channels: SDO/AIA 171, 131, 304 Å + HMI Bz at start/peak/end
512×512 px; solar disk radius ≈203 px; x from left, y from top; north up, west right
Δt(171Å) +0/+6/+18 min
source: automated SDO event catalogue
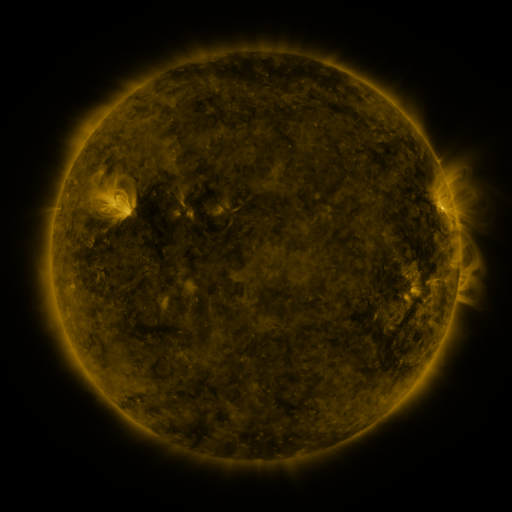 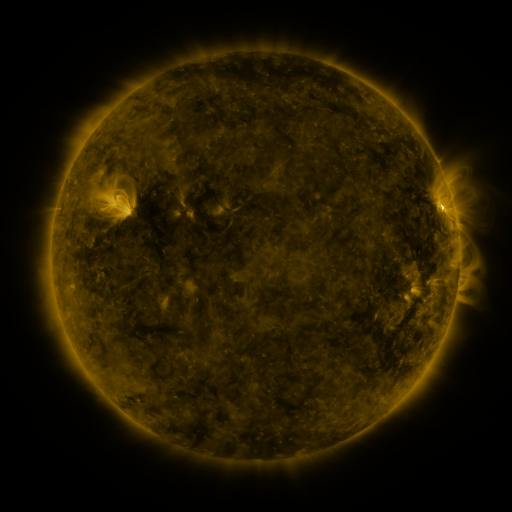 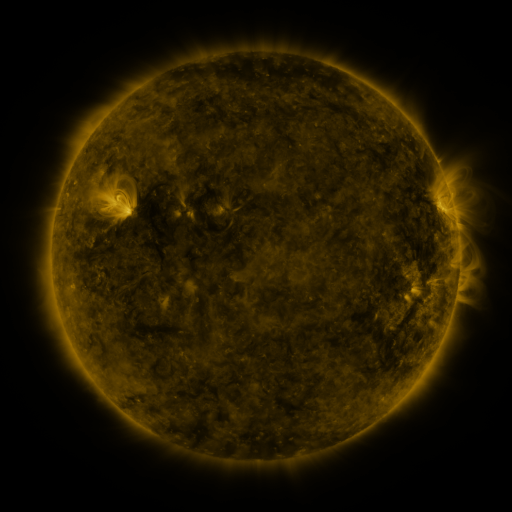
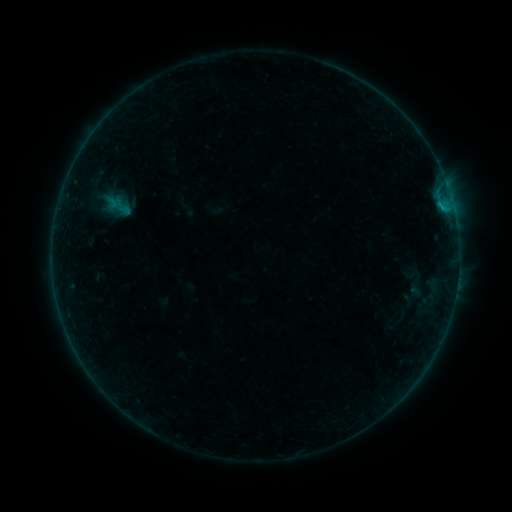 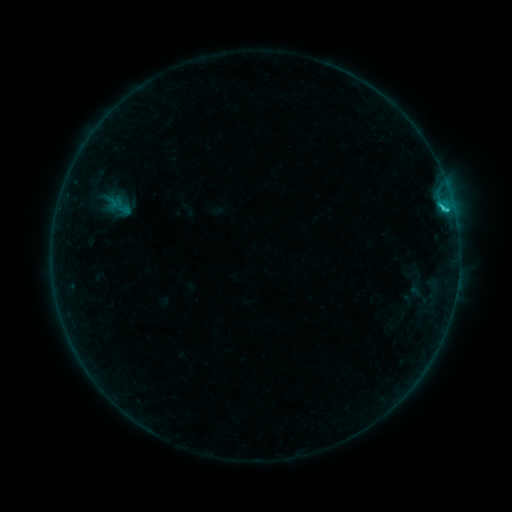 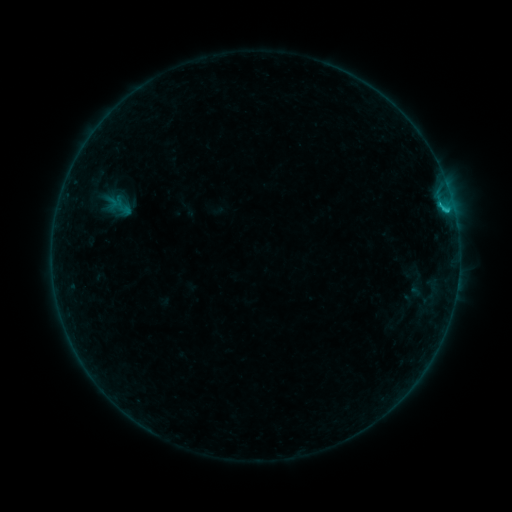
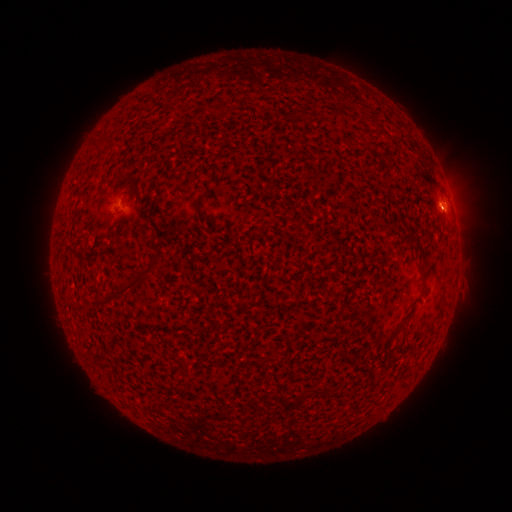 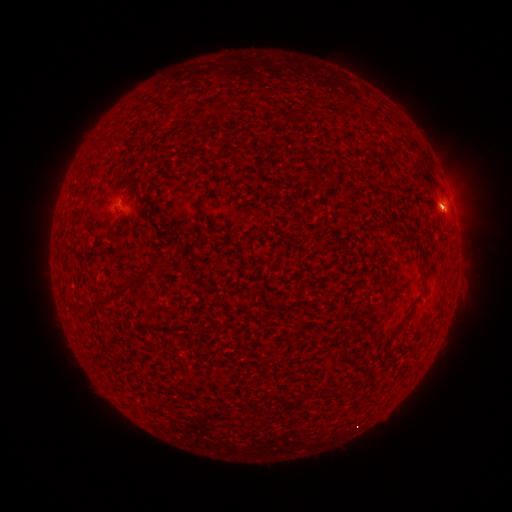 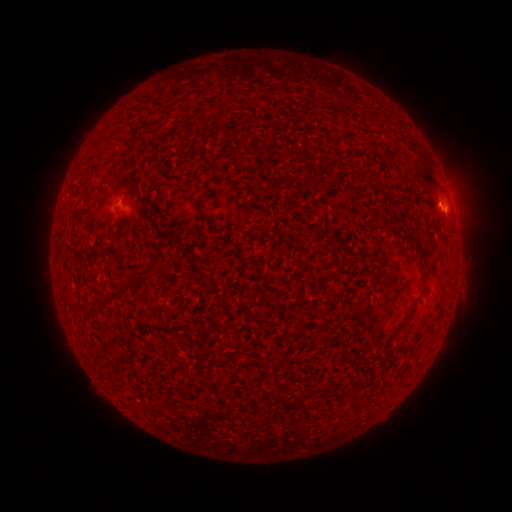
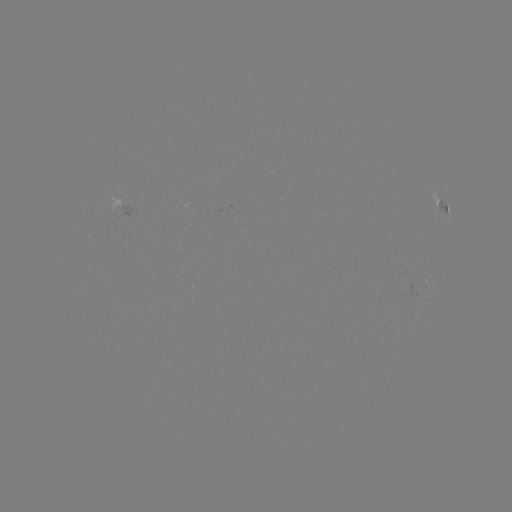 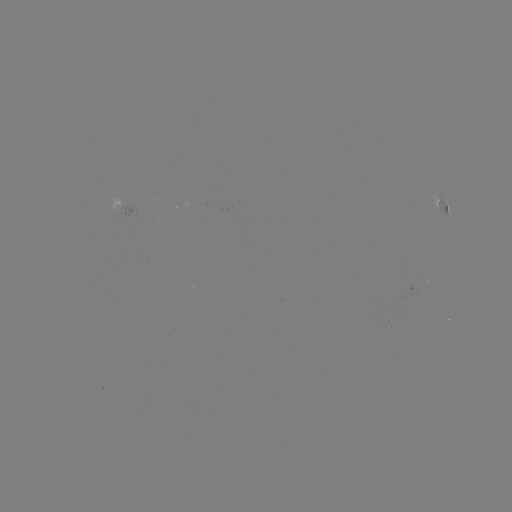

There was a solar flare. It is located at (442, 209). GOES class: C1.0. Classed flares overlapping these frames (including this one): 1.